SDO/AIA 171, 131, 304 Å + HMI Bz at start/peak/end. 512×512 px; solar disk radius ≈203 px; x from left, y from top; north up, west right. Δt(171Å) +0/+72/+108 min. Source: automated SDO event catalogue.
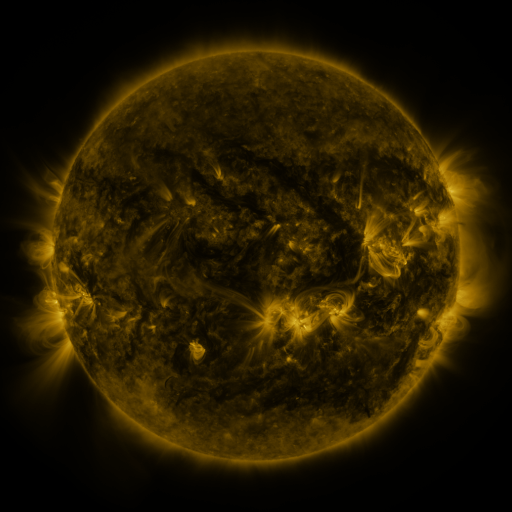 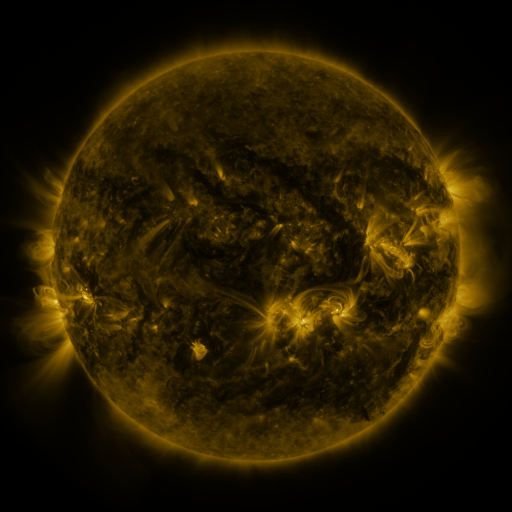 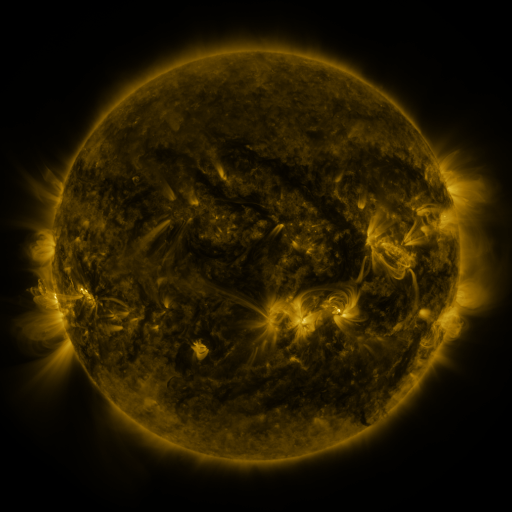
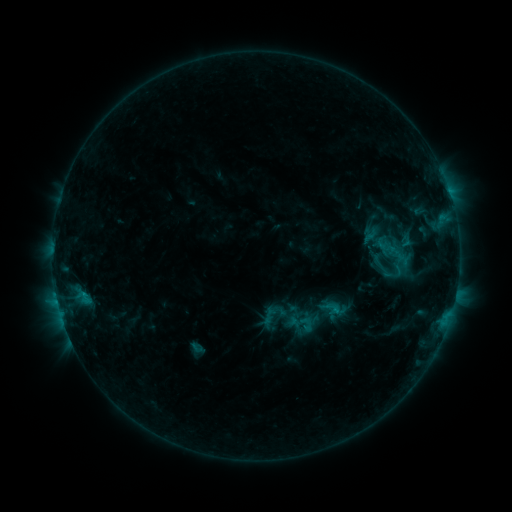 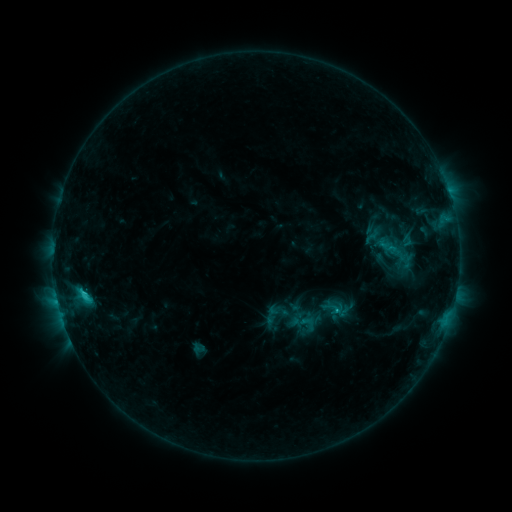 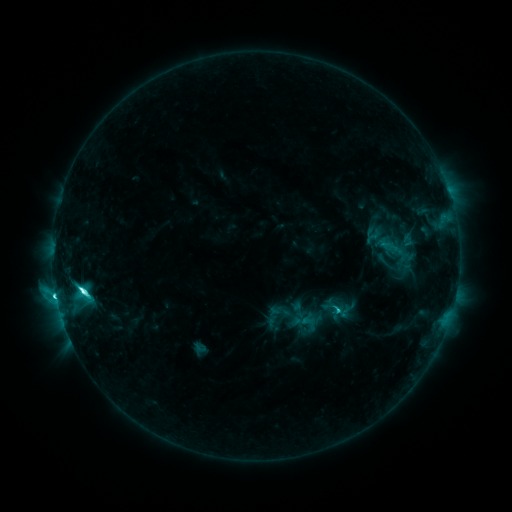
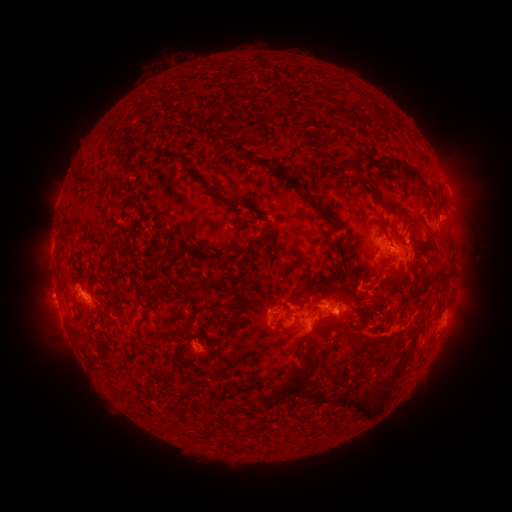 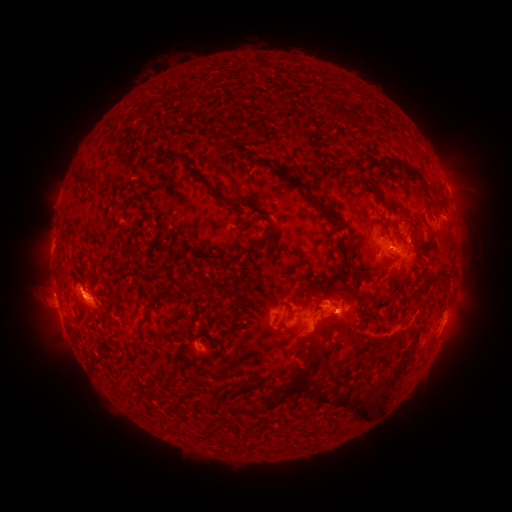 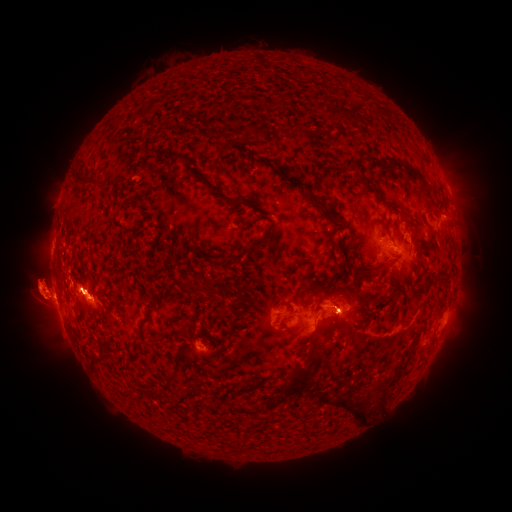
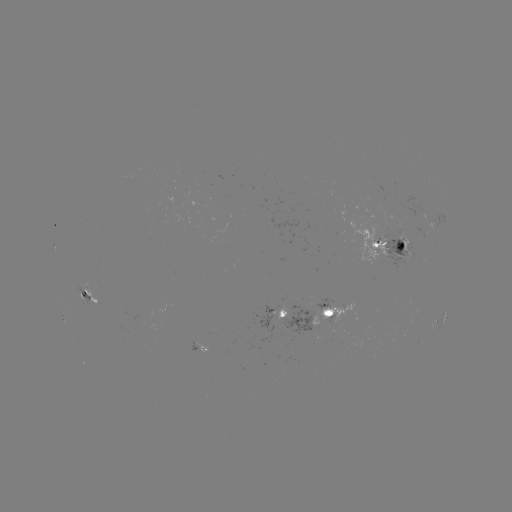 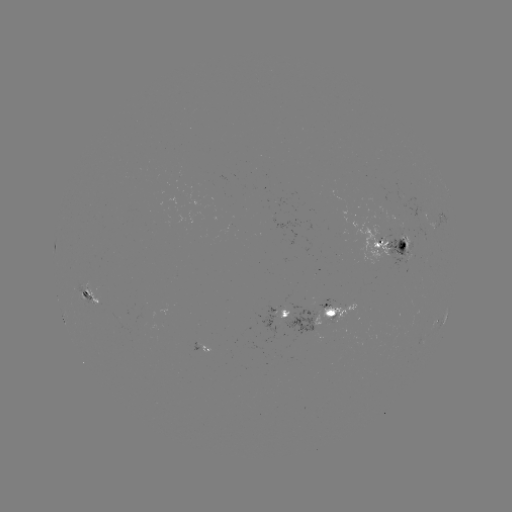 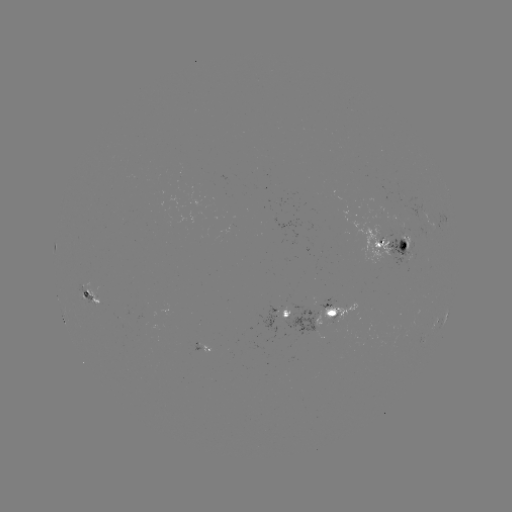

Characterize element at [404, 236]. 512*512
emerging-flux region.